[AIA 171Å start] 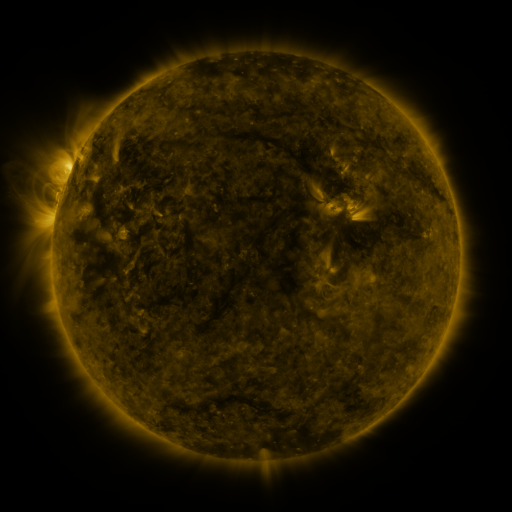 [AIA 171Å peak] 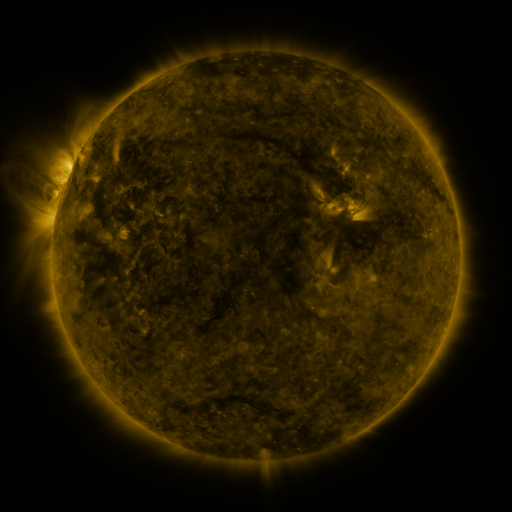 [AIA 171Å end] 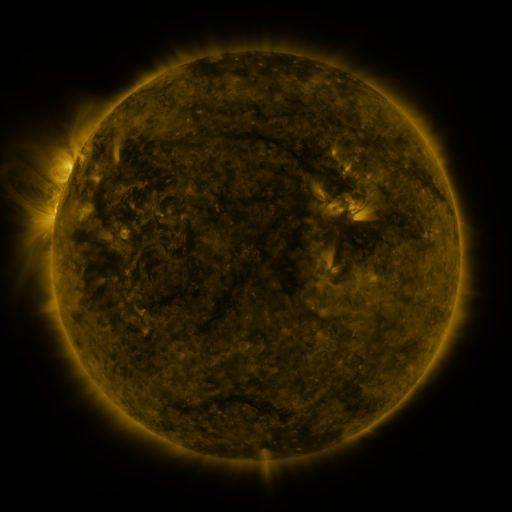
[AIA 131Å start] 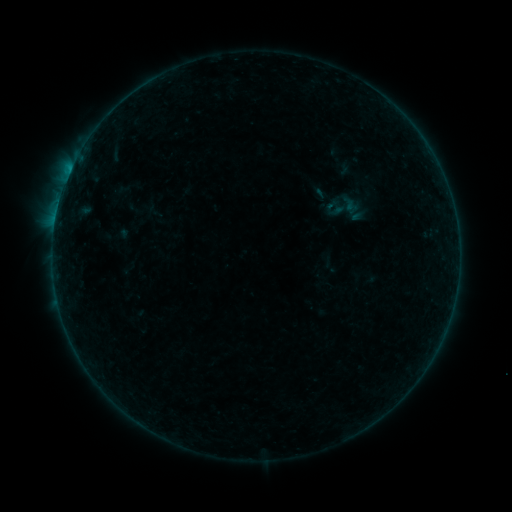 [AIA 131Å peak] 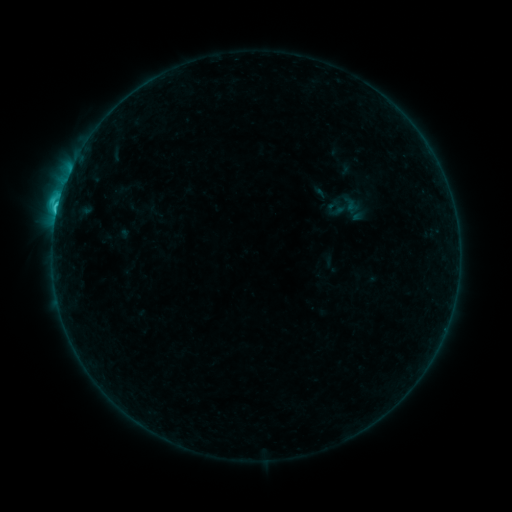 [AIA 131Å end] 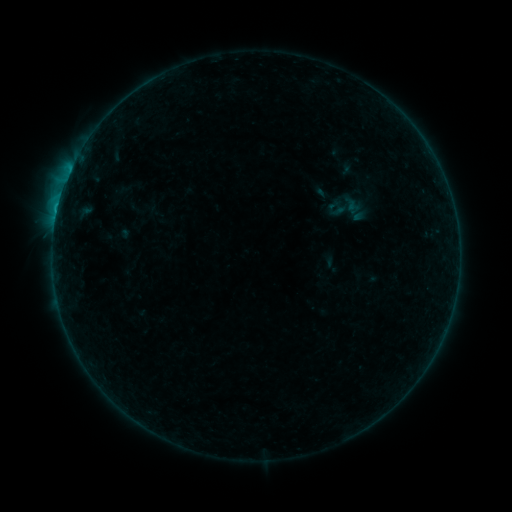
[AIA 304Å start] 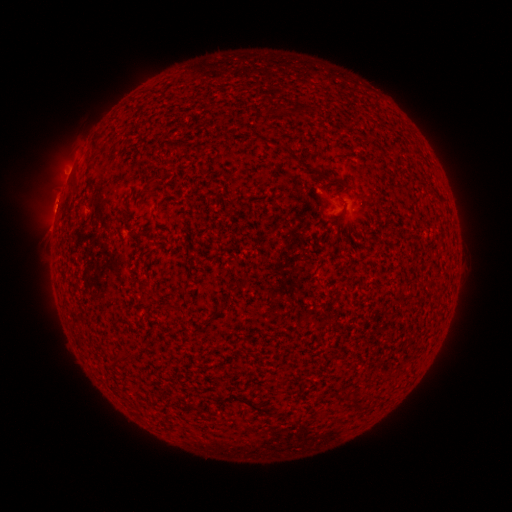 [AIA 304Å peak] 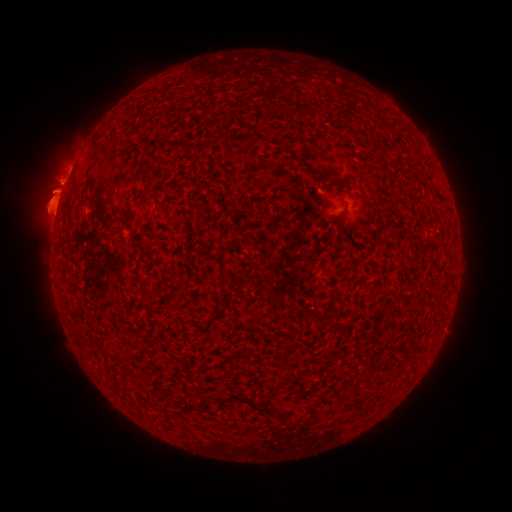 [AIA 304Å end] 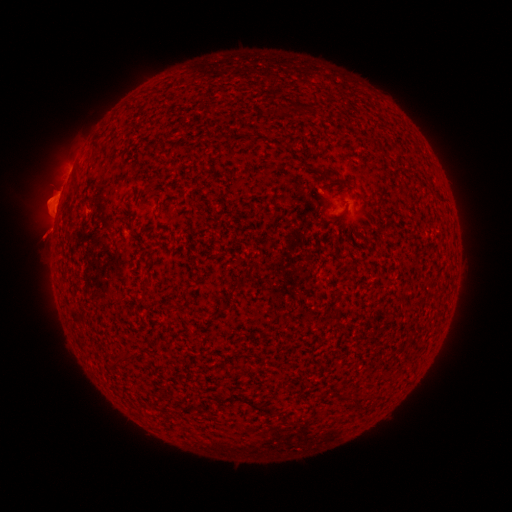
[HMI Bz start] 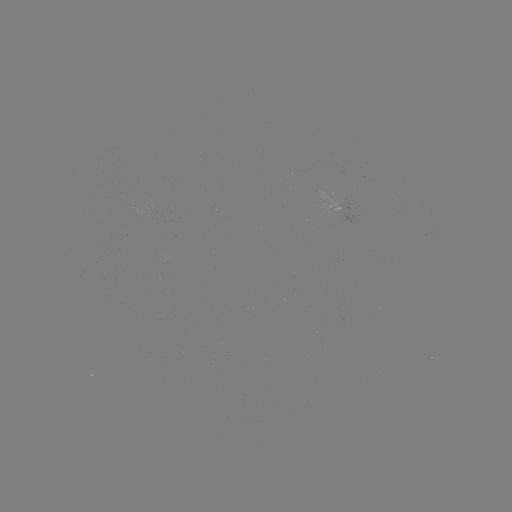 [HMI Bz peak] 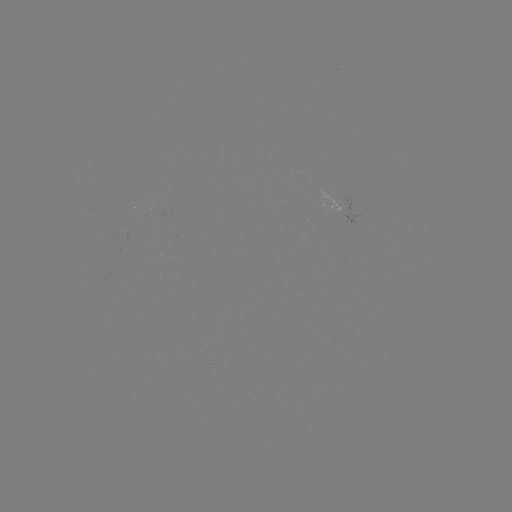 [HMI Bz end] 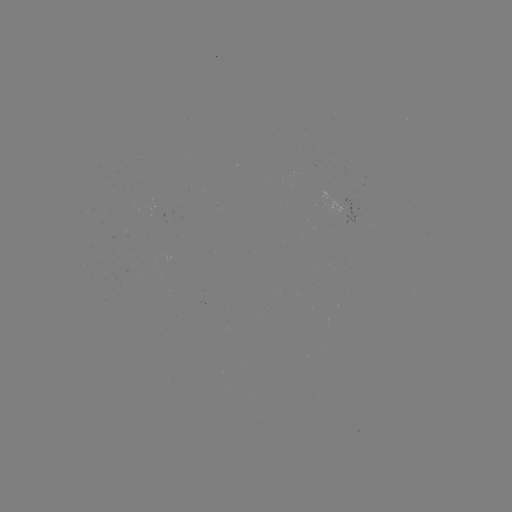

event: flare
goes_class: C2.0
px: (58, 209)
